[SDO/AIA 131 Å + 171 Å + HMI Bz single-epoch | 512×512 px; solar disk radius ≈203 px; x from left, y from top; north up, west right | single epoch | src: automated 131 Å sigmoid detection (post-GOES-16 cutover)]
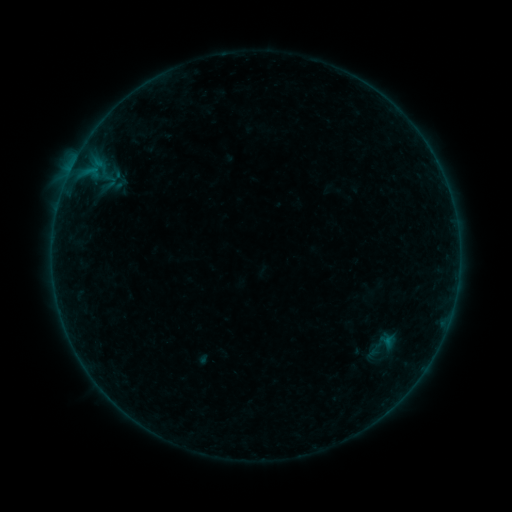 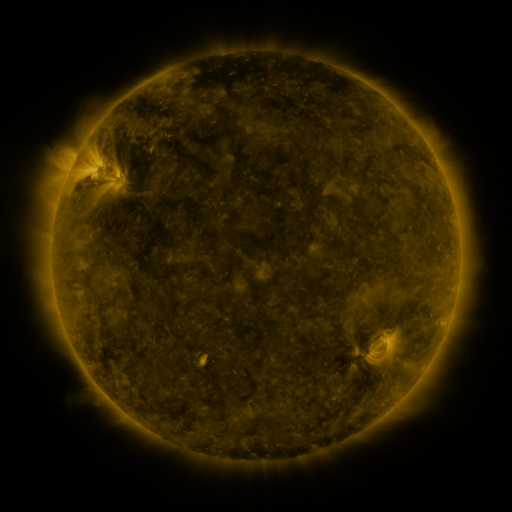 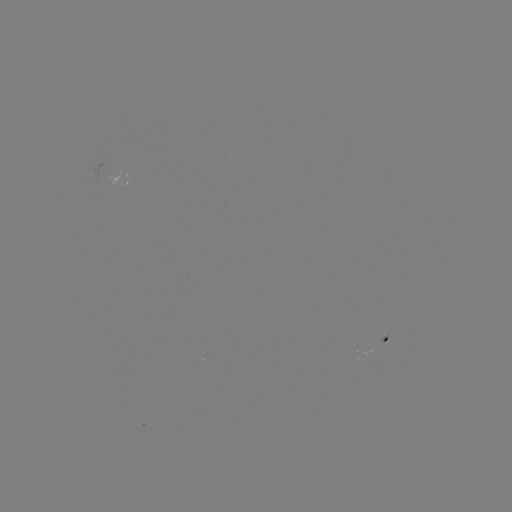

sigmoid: [368, 341, 384, 358]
